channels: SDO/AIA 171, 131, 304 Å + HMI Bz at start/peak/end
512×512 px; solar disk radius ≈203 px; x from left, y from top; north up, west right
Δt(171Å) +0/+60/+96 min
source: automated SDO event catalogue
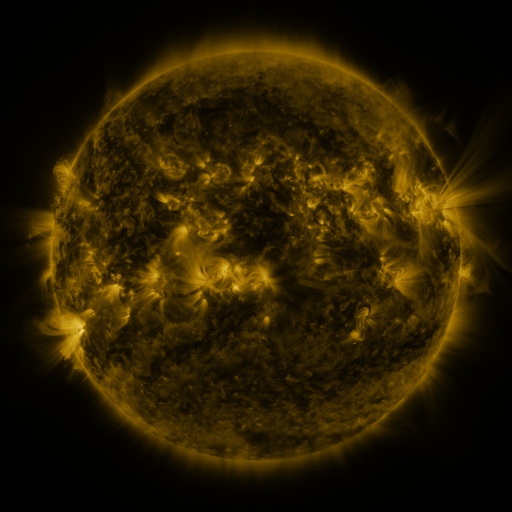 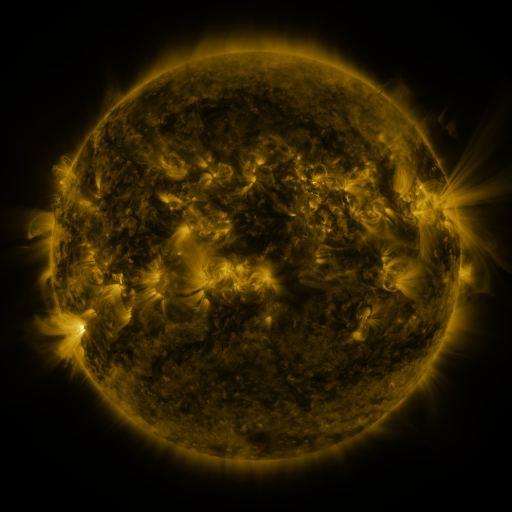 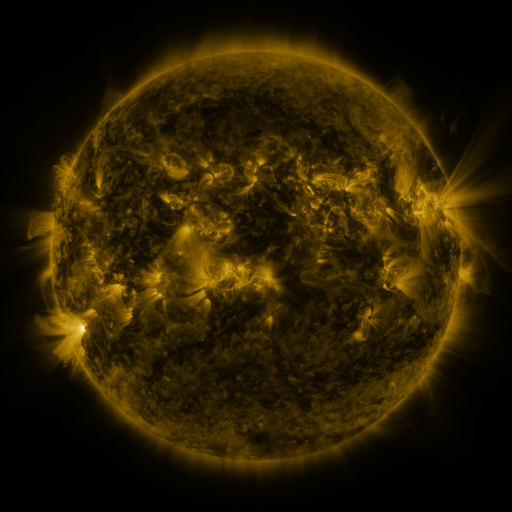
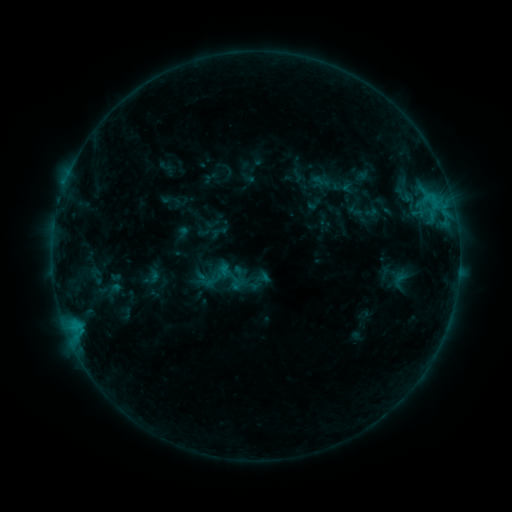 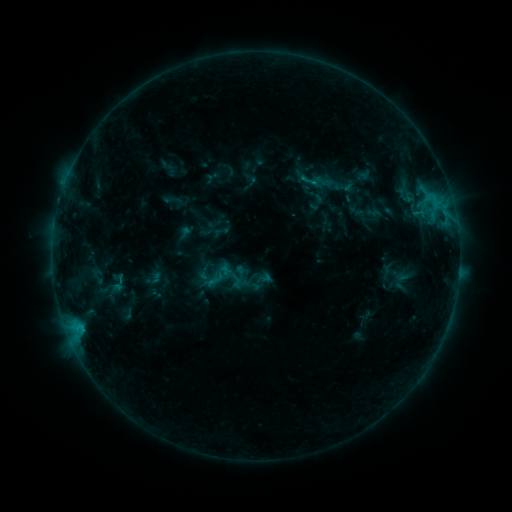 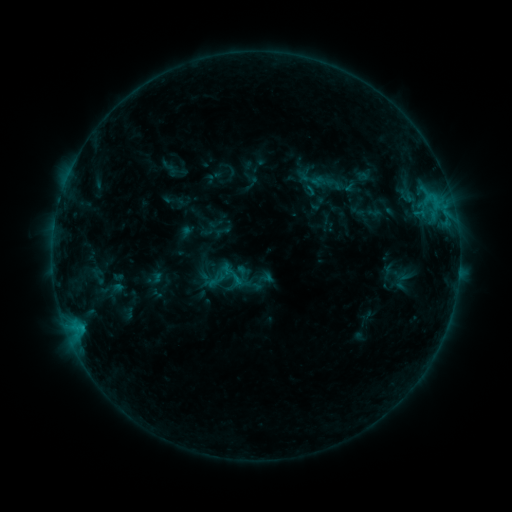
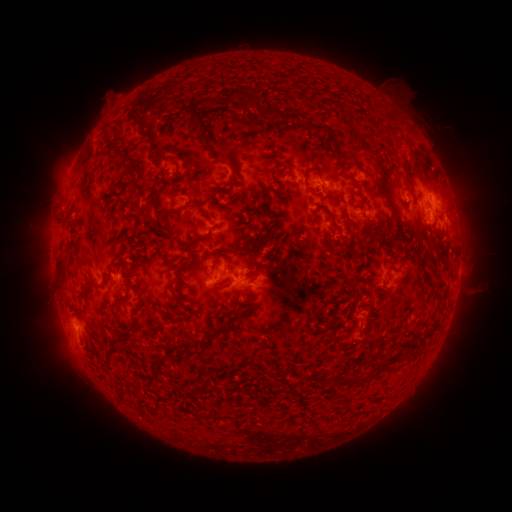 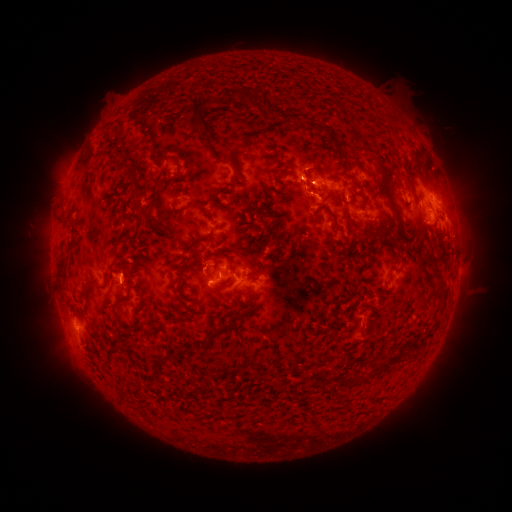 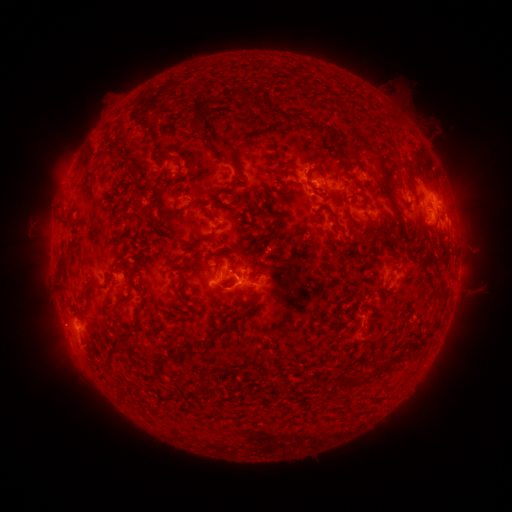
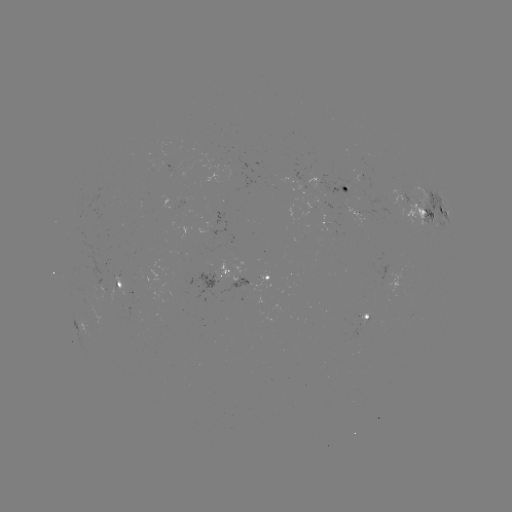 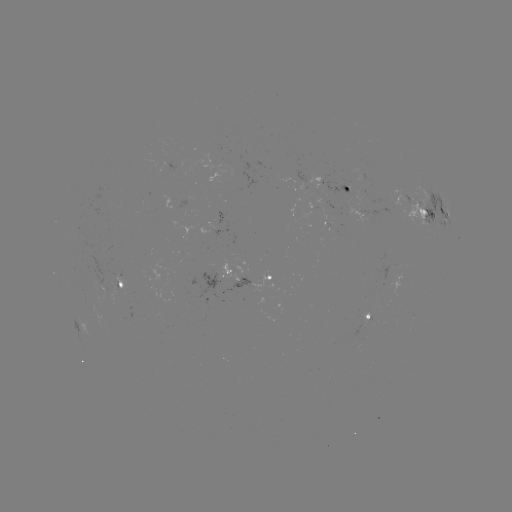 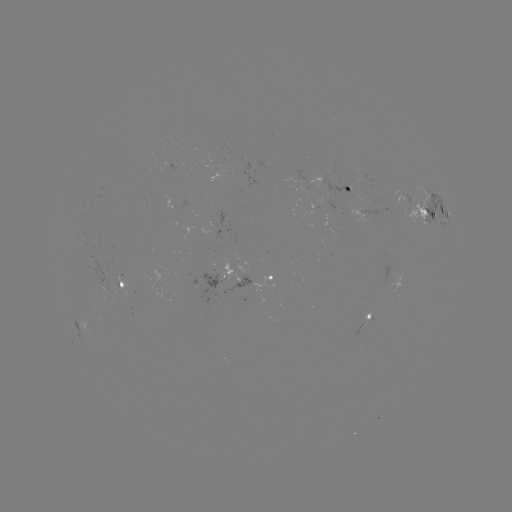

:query emerging-flux region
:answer [362, 334]